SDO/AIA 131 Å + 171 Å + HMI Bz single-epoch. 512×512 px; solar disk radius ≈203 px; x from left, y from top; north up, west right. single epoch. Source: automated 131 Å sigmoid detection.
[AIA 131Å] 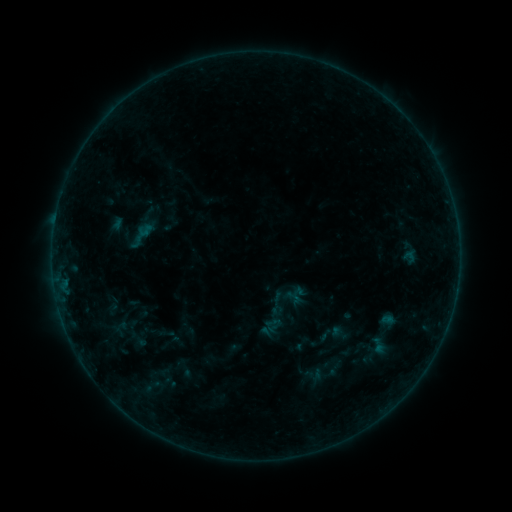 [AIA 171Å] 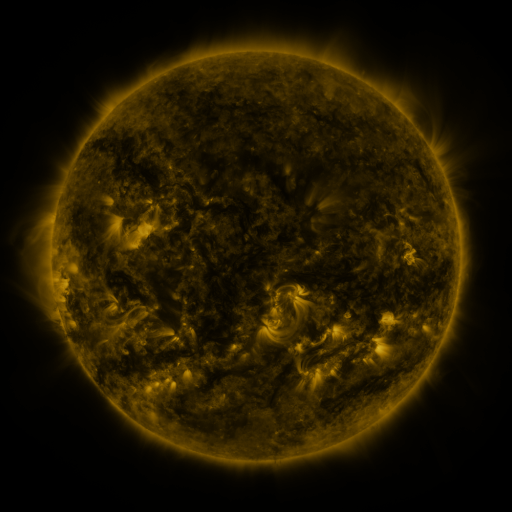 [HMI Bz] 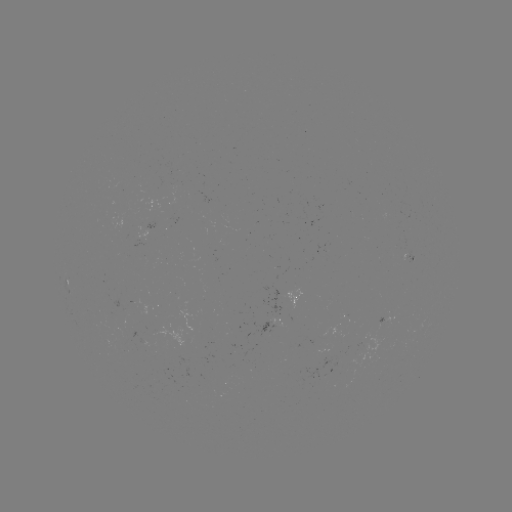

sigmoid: (263, 291, 291, 319)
